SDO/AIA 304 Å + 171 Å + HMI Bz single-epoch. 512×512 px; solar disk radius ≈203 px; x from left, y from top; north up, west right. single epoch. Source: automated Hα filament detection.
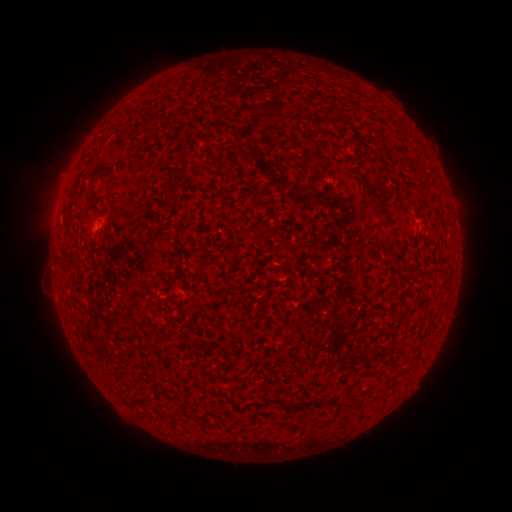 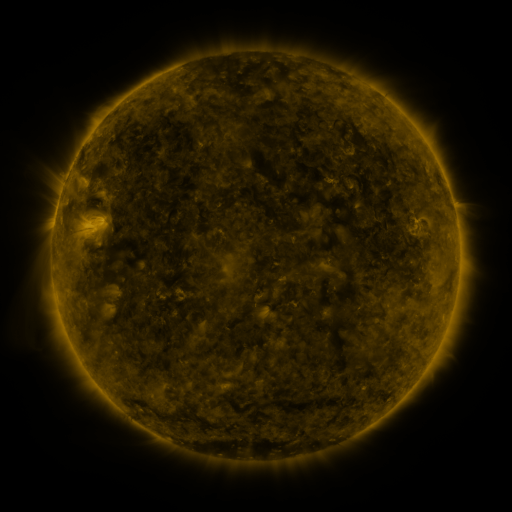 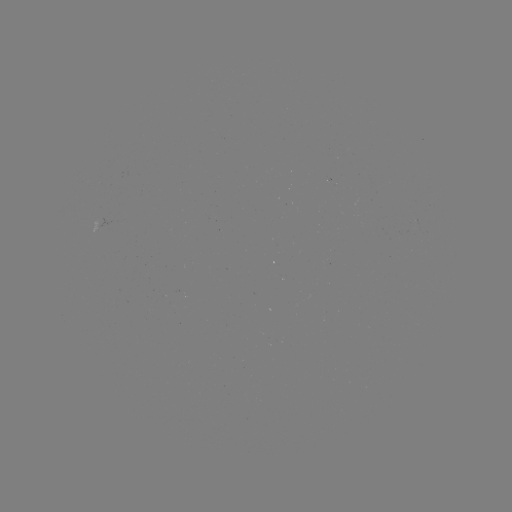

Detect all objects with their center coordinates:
filament: (321, 121)
filament: (334, 122)
filament: (146, 124)
filament: (184, 155)
filament: (310, 167)
filament: (183, 172)
filament: (356, 174)
filament: (173, 192)
filament: (374, 196)
filament: (377, 203)
filament: (262, 206)
filament: (153, 345)
filament: (339, 402)
filament: (317, 404)
